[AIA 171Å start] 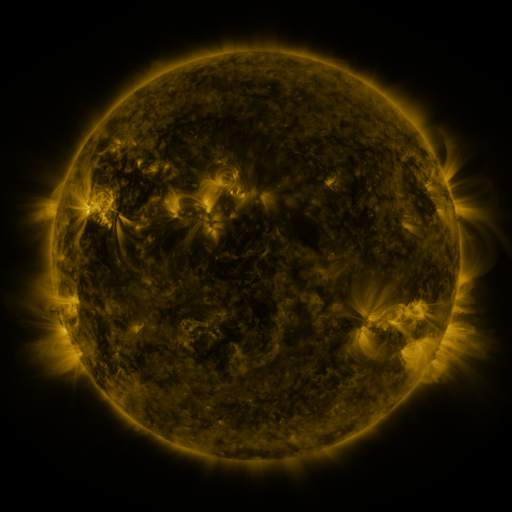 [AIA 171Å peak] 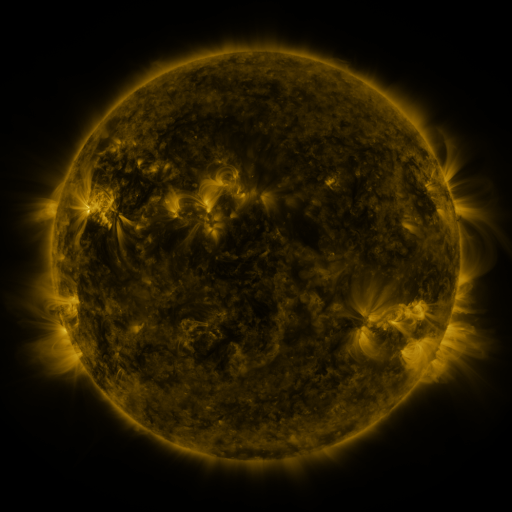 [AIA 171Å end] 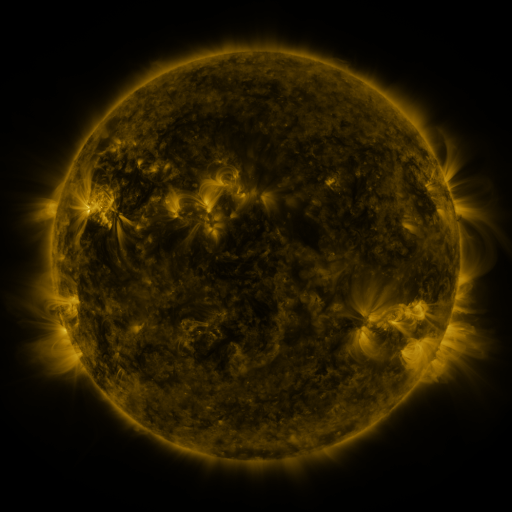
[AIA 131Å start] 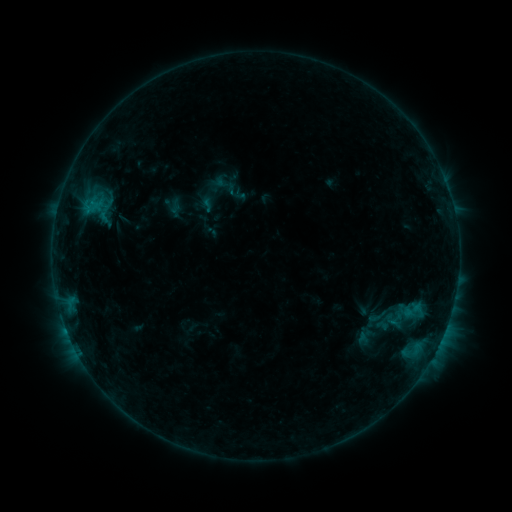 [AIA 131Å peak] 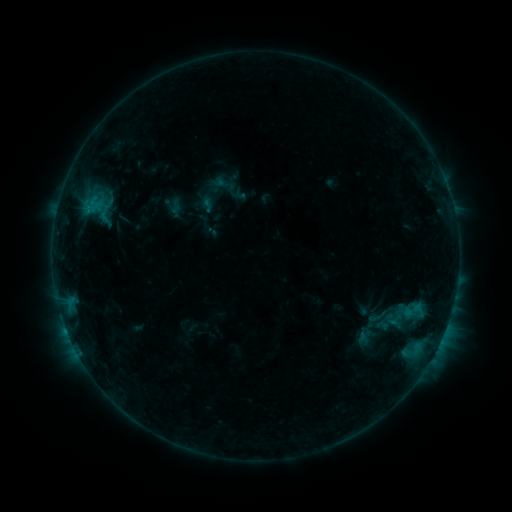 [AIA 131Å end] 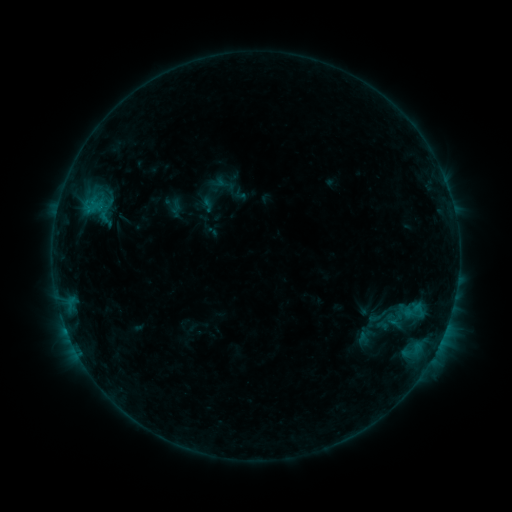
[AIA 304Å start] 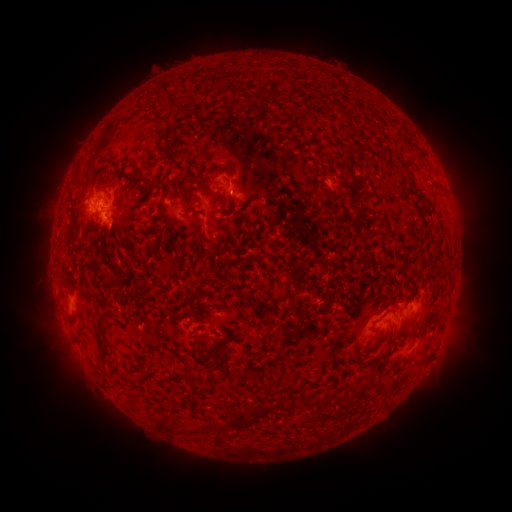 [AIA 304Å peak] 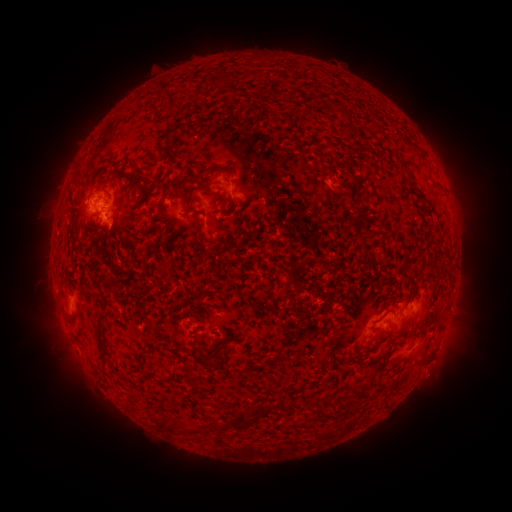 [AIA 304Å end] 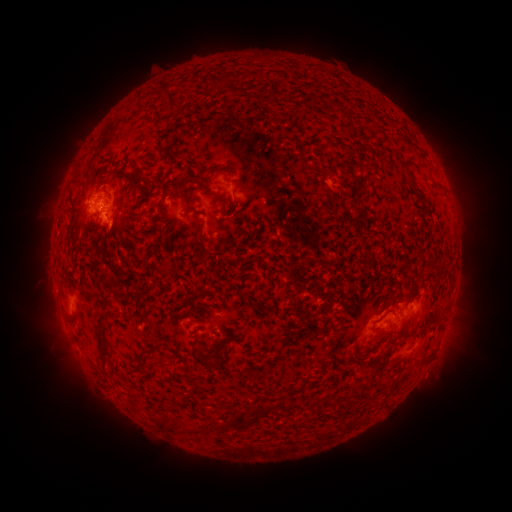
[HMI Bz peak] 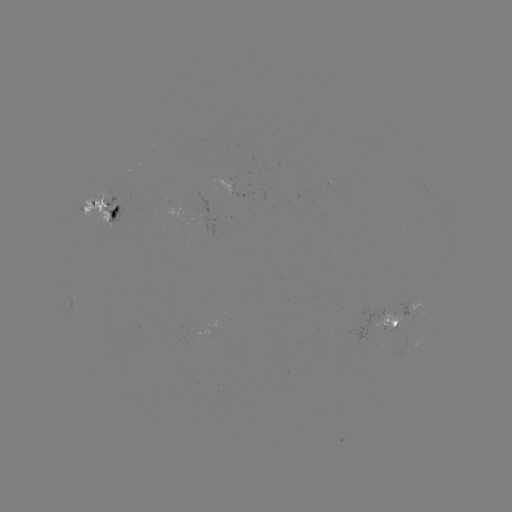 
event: eruption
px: (432, 379)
